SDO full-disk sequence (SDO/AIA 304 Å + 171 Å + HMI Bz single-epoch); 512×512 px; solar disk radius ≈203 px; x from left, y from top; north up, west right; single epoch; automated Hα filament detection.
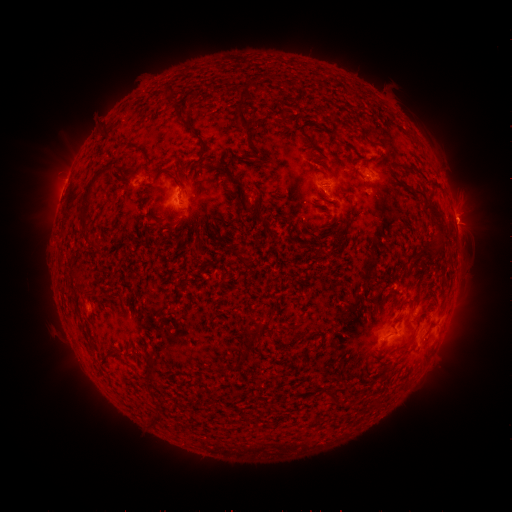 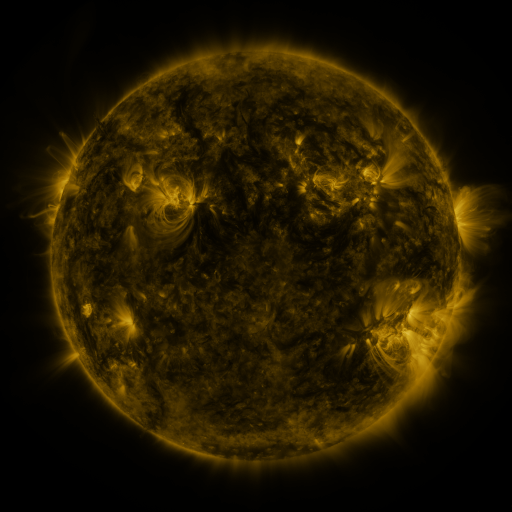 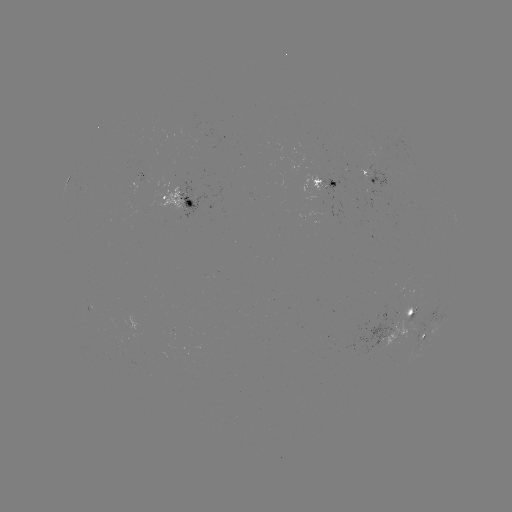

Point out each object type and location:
filament: (248, 91)
filament: (242, 116)
filament: (185, 122)
filament: (106, 132)
filament: (203, 146)
filament: (241, 187)
filament: (87, 193)
filament: (251, 208)
filament: (438, 218)
filament: (245, 265)
filament: (425, 313)
filament: (256, 332)
filament: (240, 349)
